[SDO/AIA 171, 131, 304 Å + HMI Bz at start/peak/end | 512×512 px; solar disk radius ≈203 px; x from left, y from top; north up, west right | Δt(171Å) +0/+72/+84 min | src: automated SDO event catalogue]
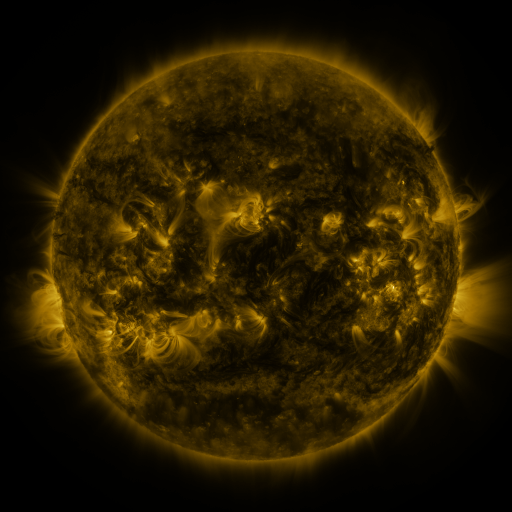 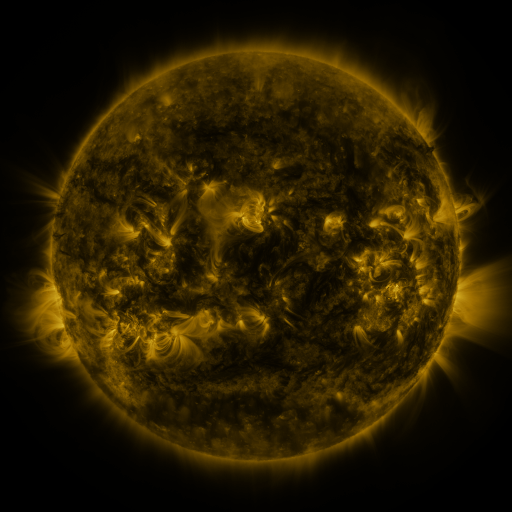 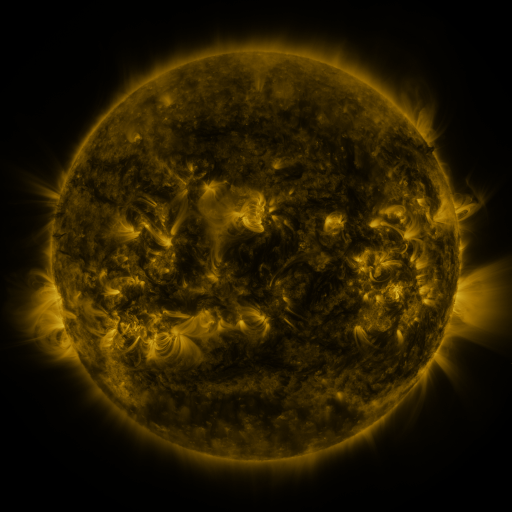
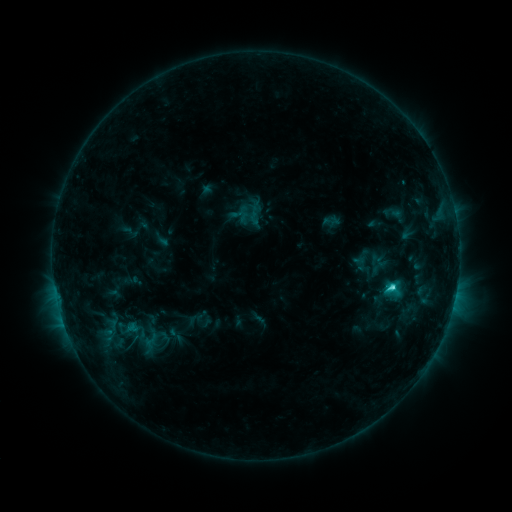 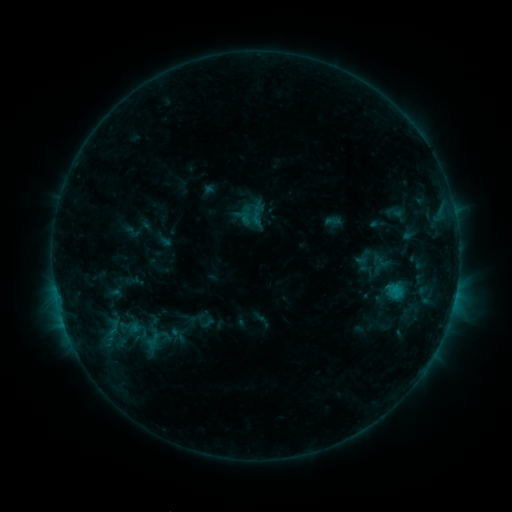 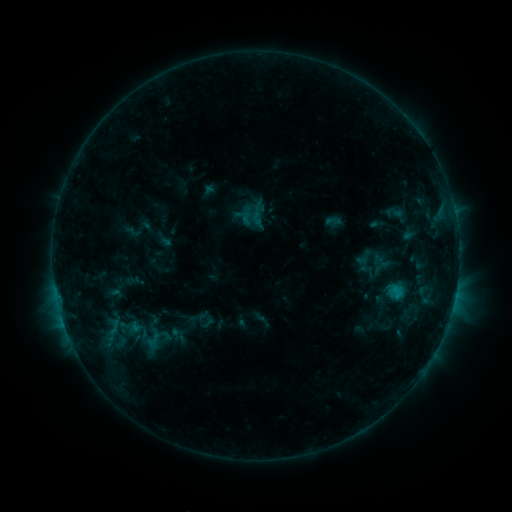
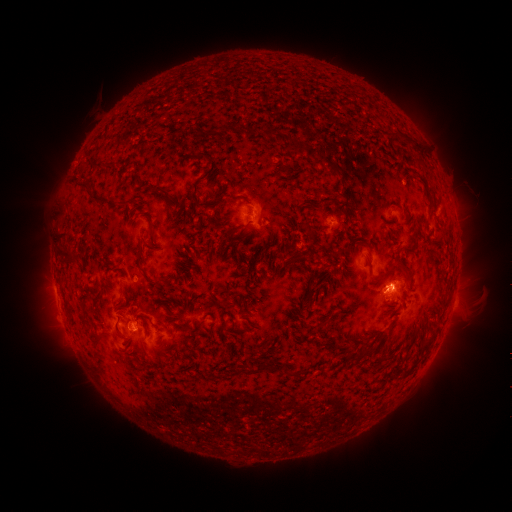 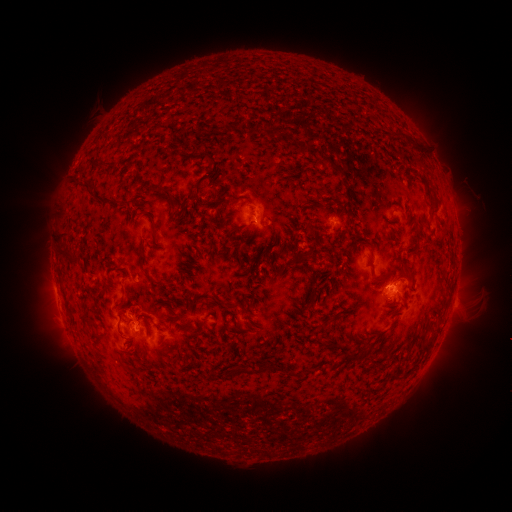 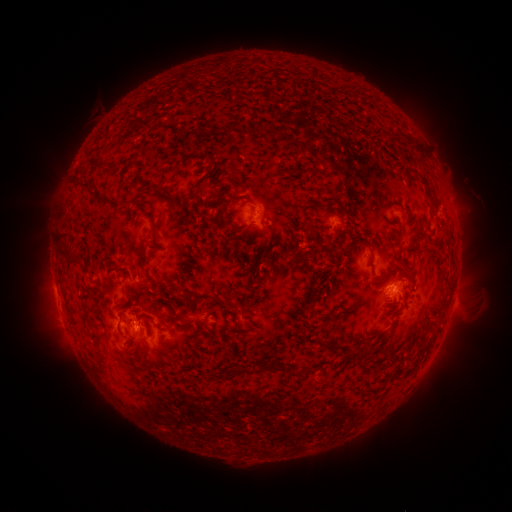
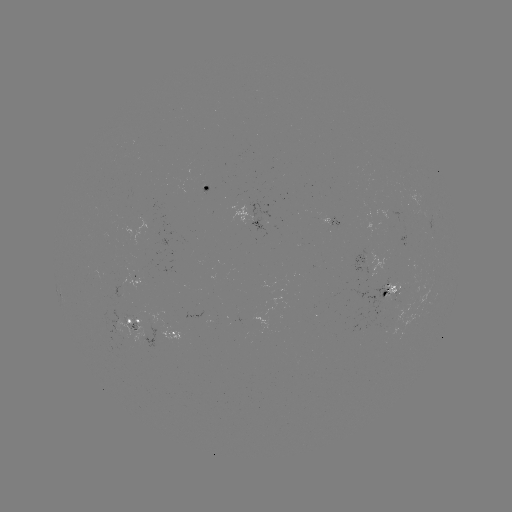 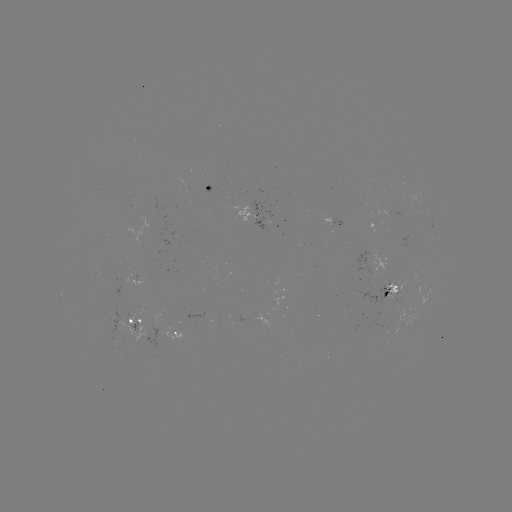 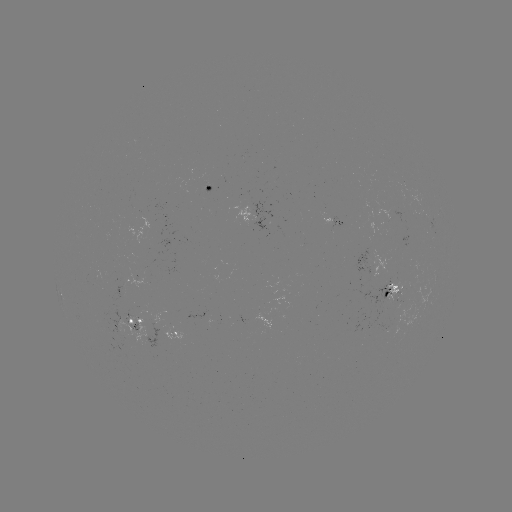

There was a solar emerging-flux region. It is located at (144, 316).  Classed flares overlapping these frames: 1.